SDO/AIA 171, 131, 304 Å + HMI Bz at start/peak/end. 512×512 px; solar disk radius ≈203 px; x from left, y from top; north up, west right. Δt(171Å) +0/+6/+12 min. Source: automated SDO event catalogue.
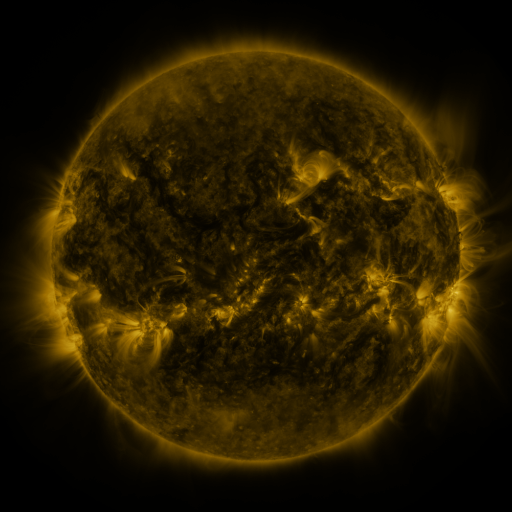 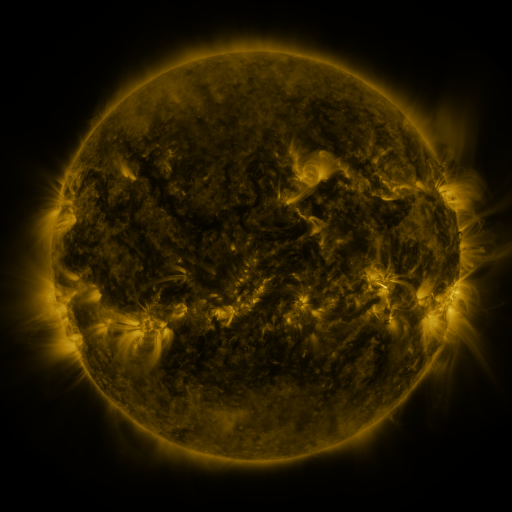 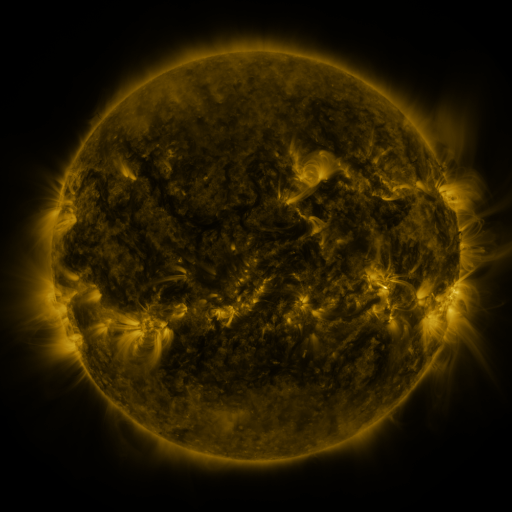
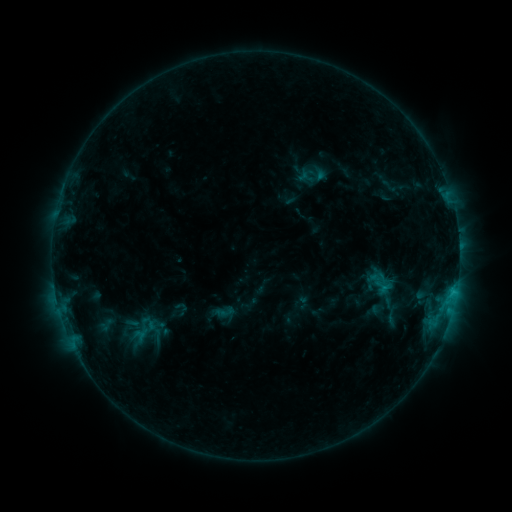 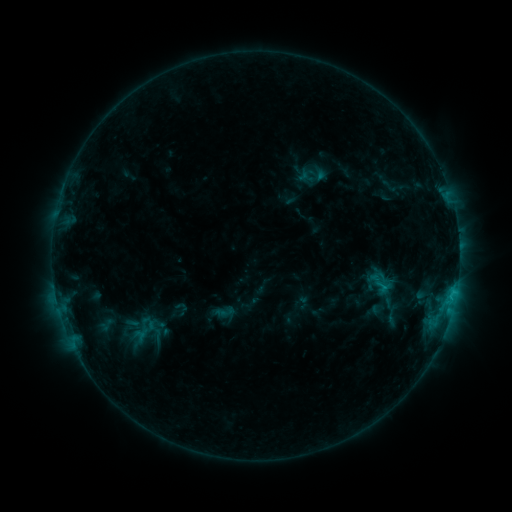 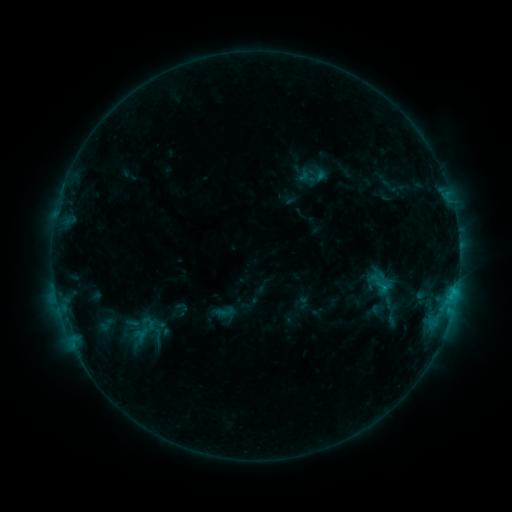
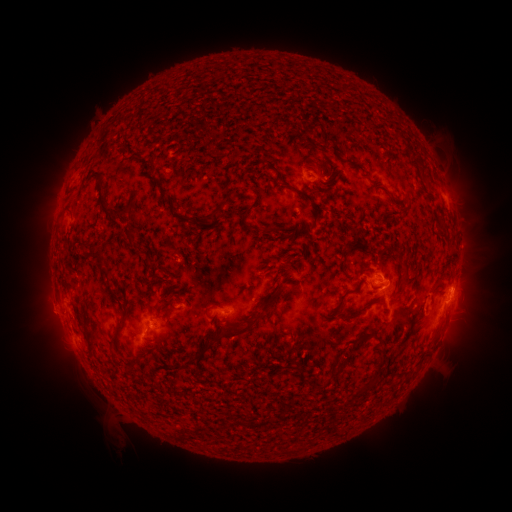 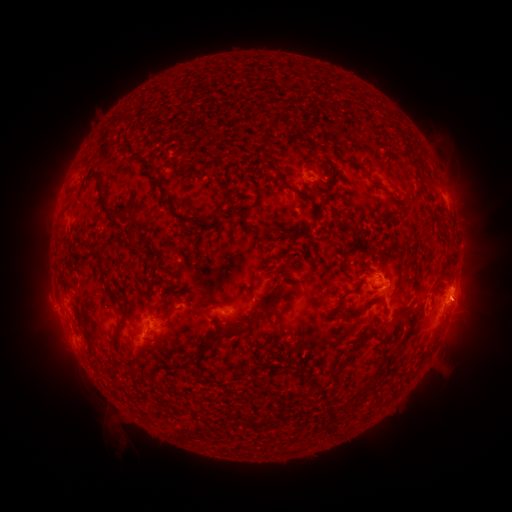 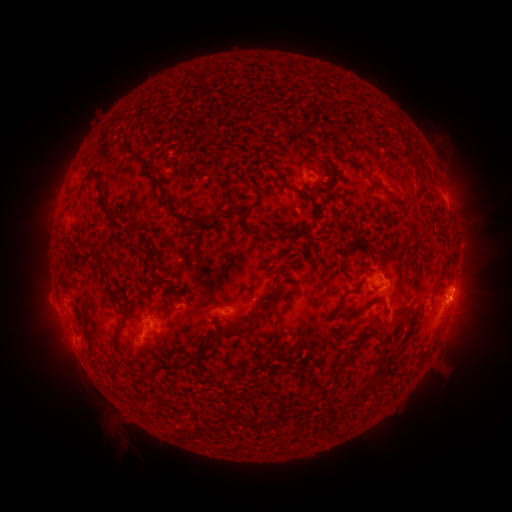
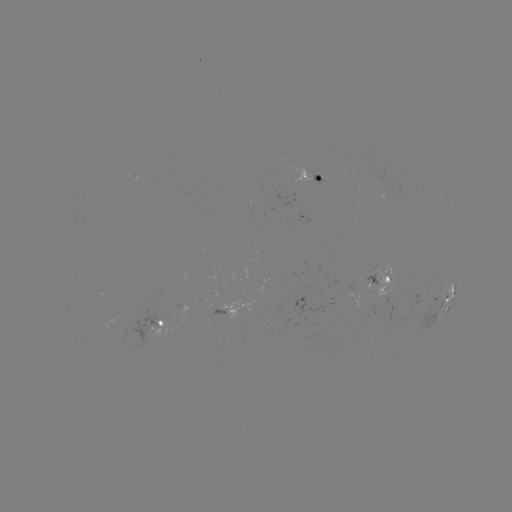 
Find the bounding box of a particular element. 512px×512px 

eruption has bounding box [439, 280, 486, 323].